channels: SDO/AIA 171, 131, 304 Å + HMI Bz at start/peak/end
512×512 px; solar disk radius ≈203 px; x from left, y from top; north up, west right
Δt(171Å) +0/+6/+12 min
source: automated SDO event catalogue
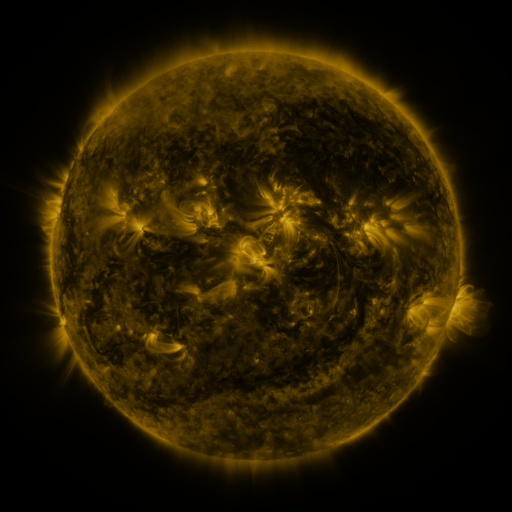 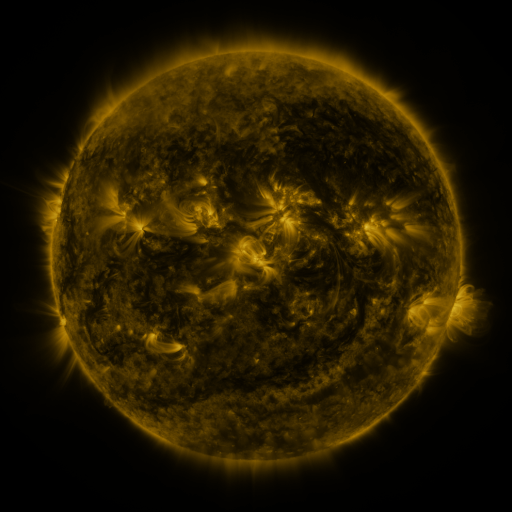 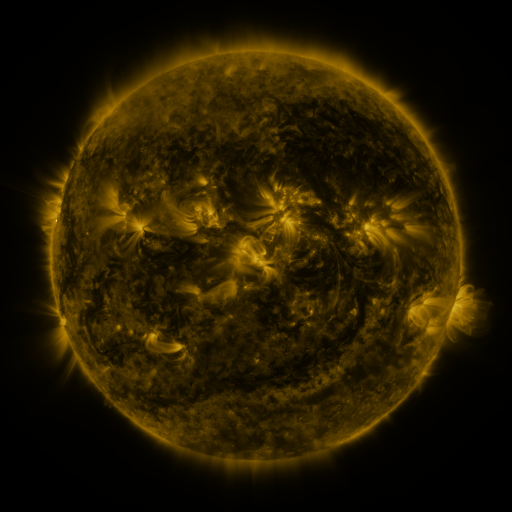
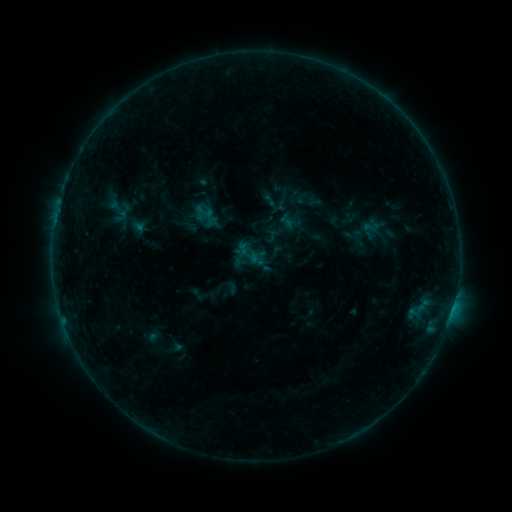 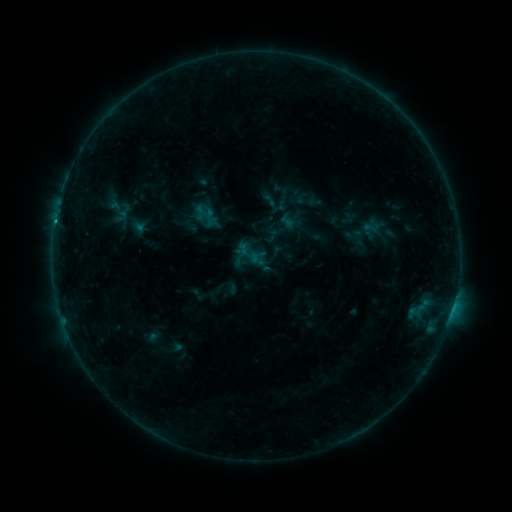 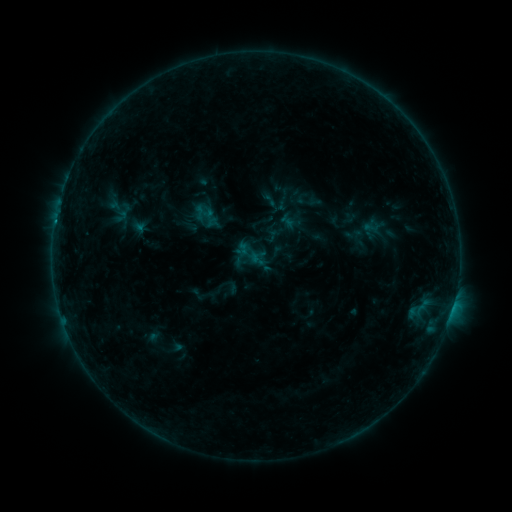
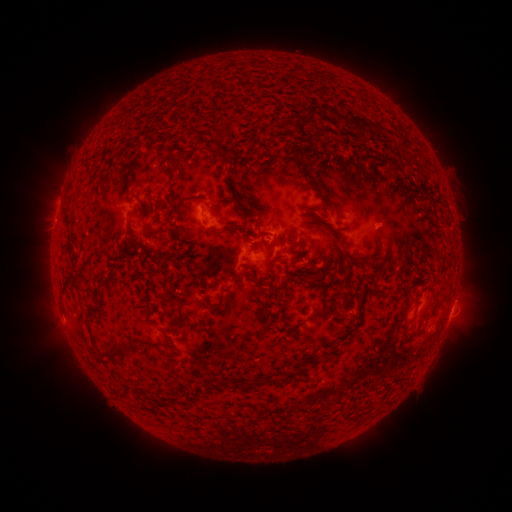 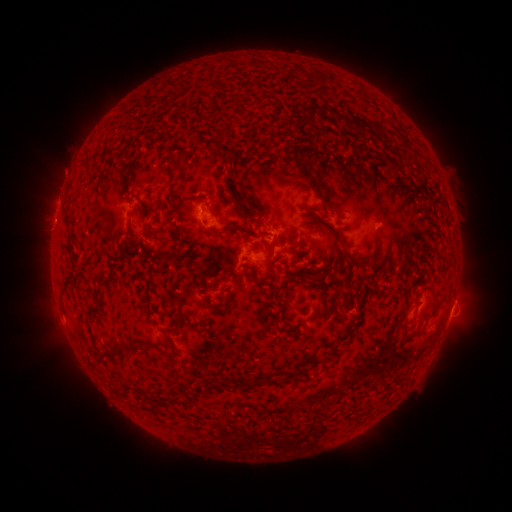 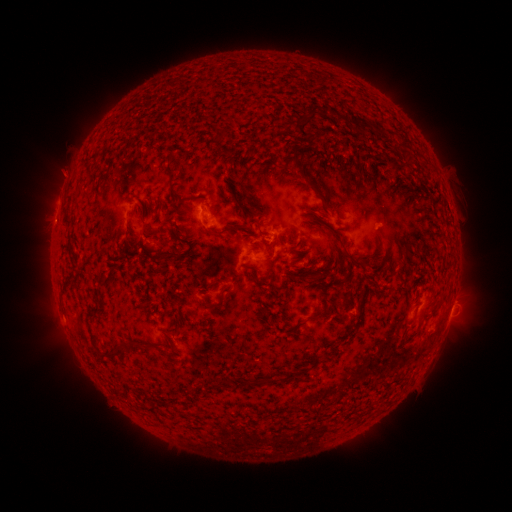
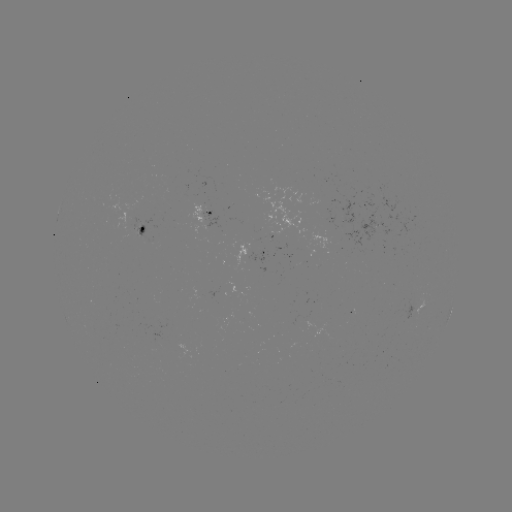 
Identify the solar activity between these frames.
B4.0 flare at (56, 223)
